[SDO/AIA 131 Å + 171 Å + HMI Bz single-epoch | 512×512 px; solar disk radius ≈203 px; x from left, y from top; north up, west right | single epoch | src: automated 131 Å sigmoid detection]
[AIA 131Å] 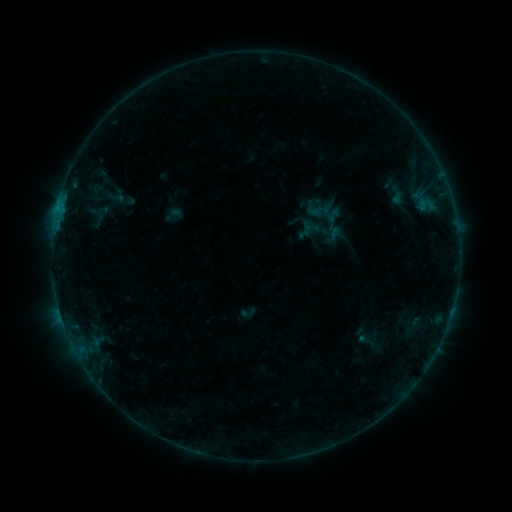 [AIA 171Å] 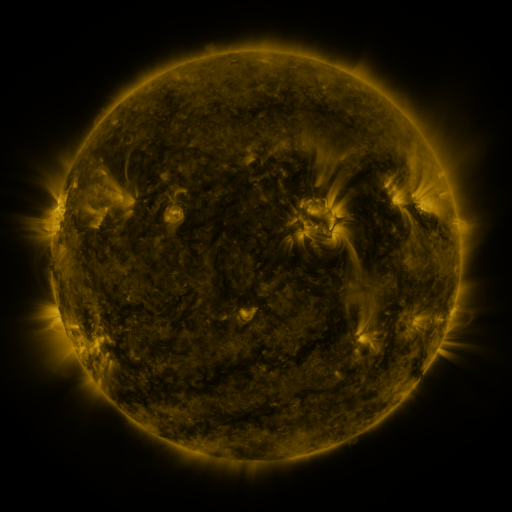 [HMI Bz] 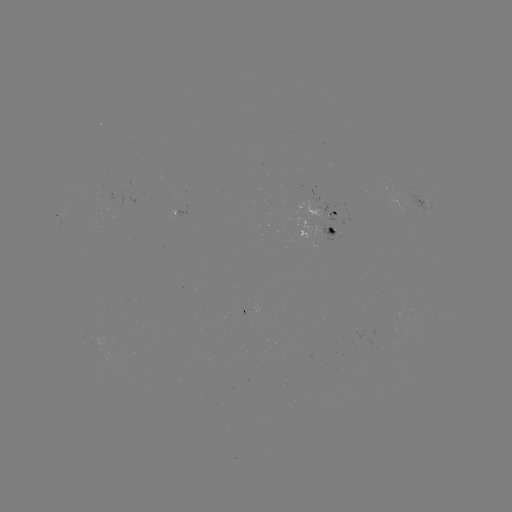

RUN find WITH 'sigmoid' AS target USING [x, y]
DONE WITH [100, 216] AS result